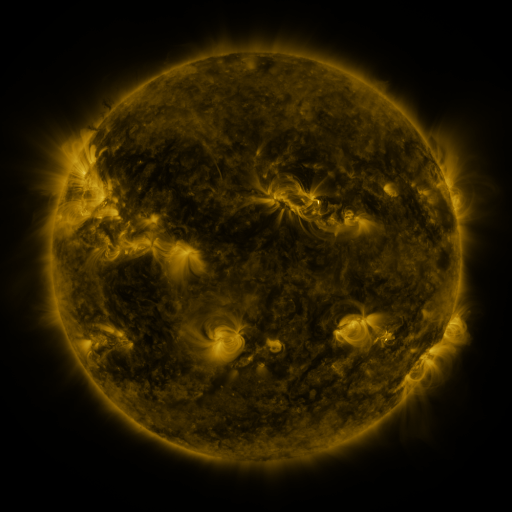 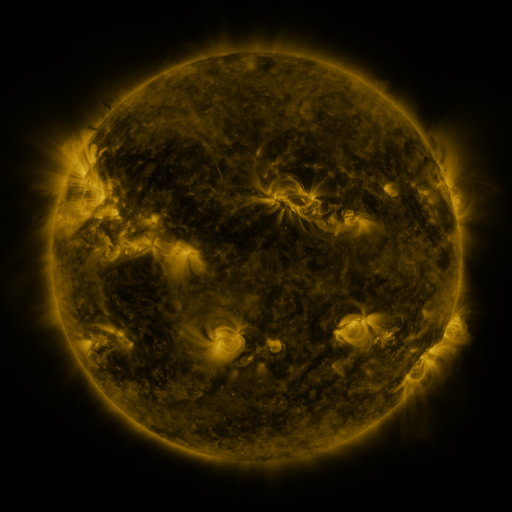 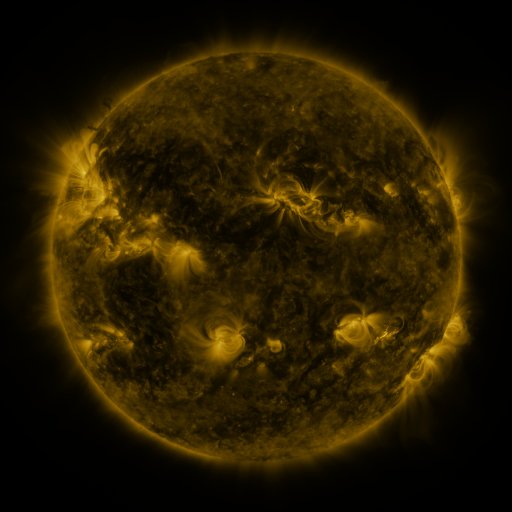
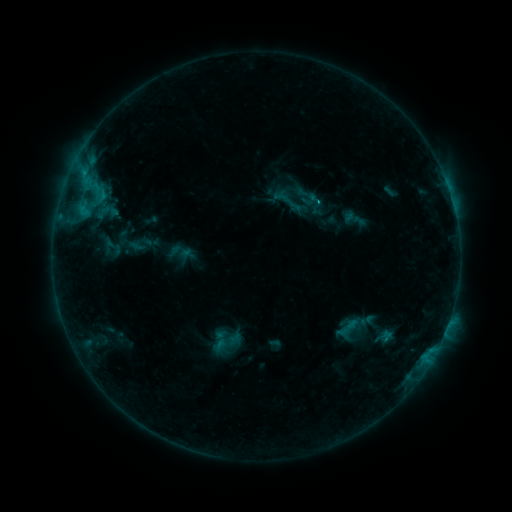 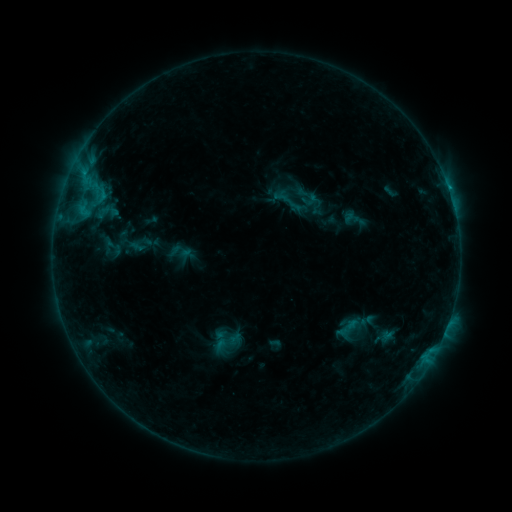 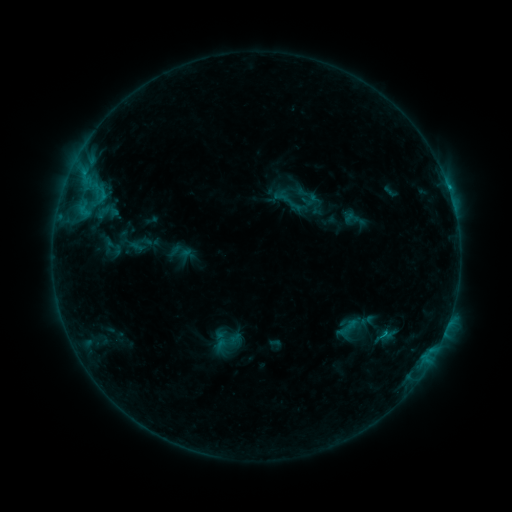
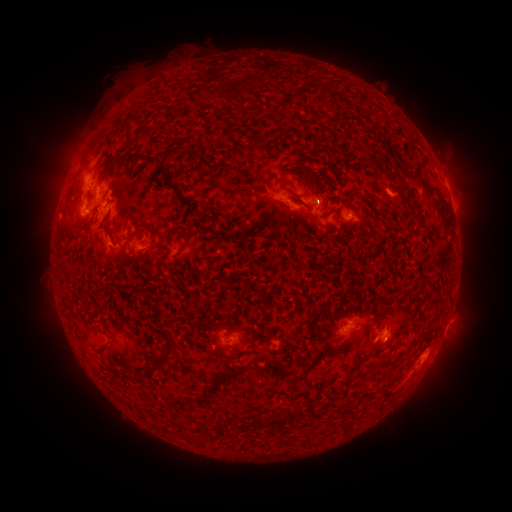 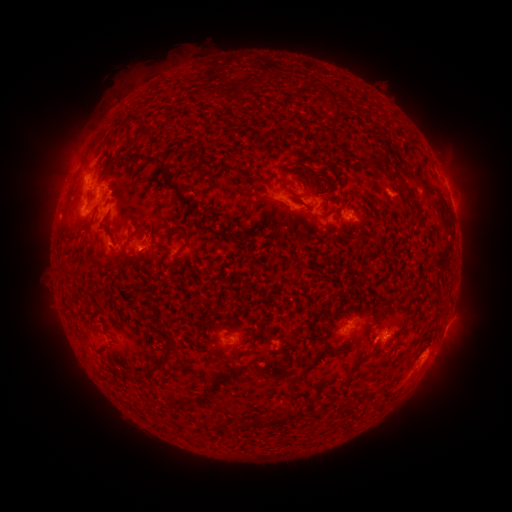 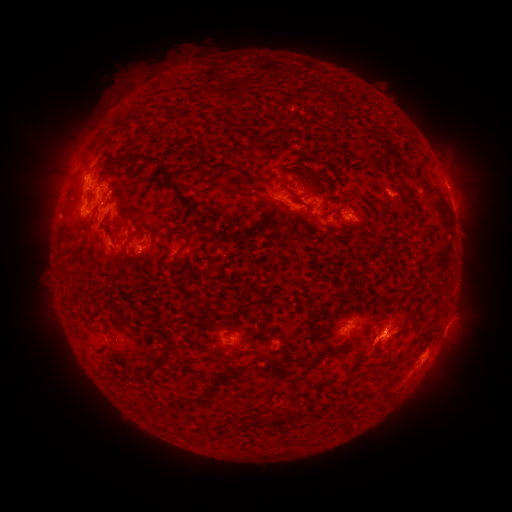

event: eruption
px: (387, 332)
